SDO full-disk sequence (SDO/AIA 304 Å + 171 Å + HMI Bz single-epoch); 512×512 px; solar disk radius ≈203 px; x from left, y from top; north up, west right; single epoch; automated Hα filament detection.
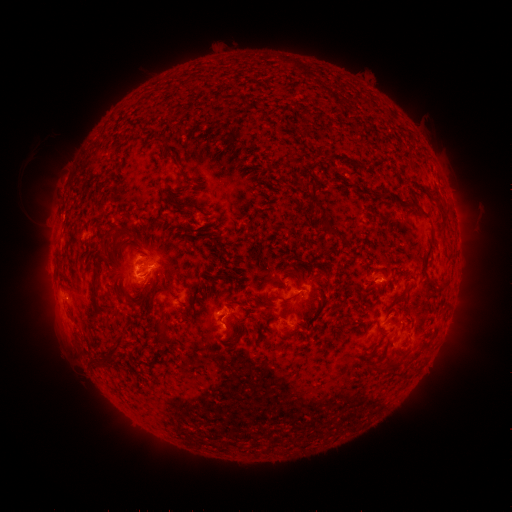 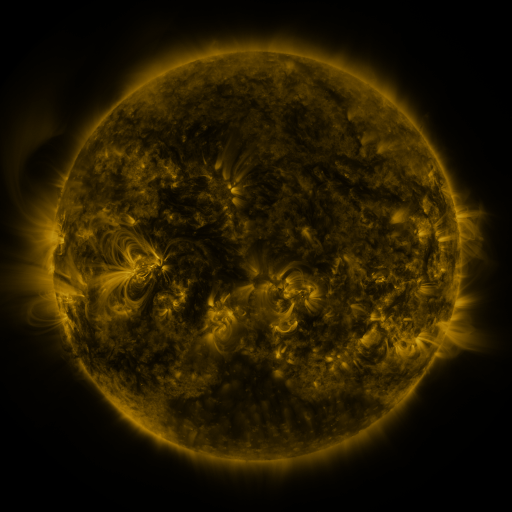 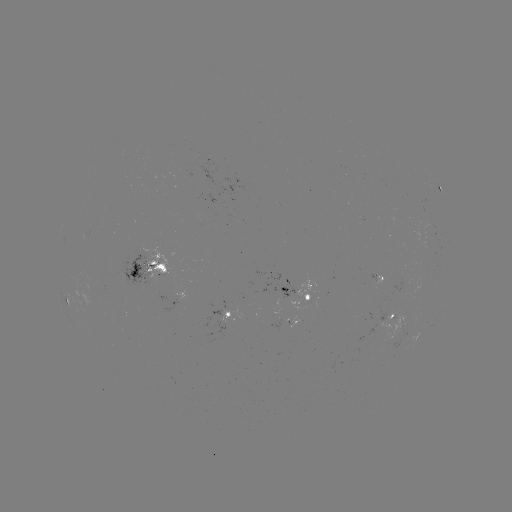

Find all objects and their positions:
filament: (177, 163)
filament: (176, 204)
filament: (418, 208)
filament: (335, 233)
filament: (95, 280)
filament: (435, 286)
filament: (145, 288)
filament: (161, 290)
filament: (296, 296)
filament: (257, 301)
filament: (159, 330)
filament: (380, 331)
filament: (113, 349)
